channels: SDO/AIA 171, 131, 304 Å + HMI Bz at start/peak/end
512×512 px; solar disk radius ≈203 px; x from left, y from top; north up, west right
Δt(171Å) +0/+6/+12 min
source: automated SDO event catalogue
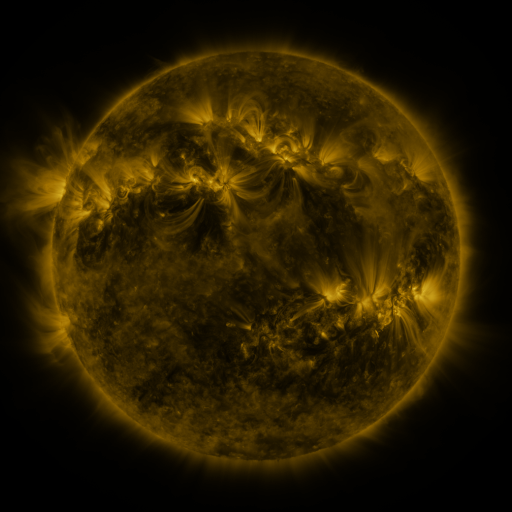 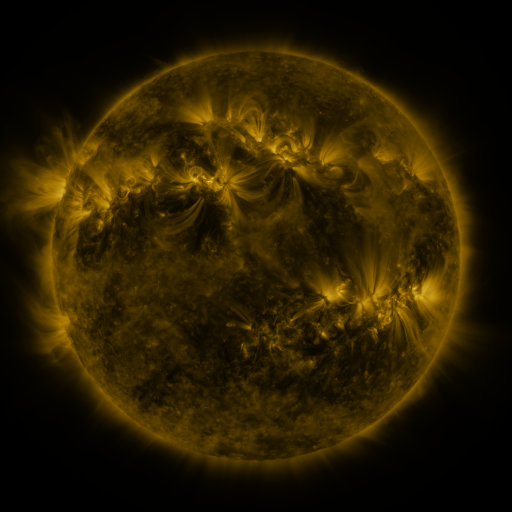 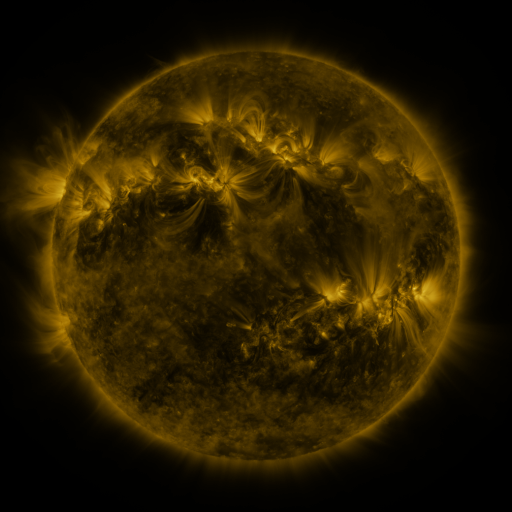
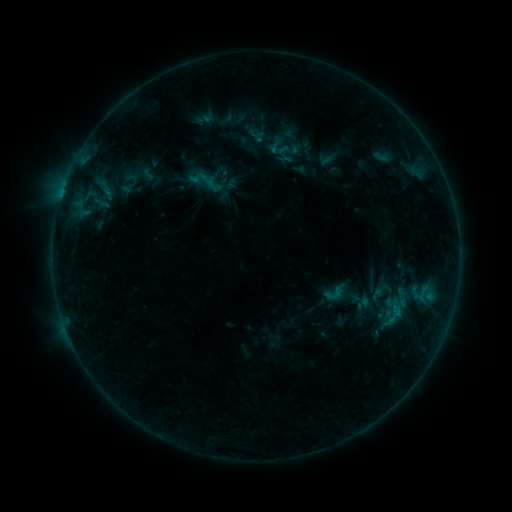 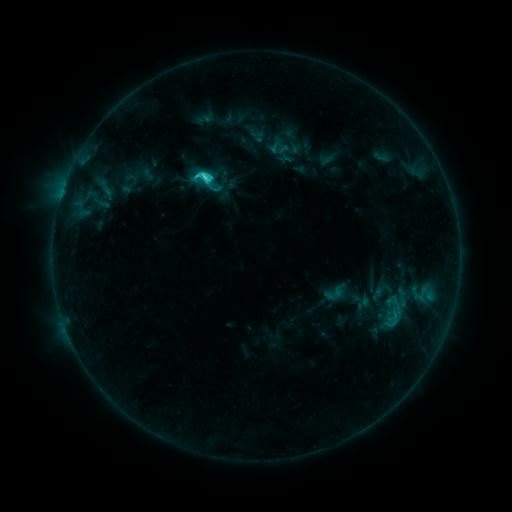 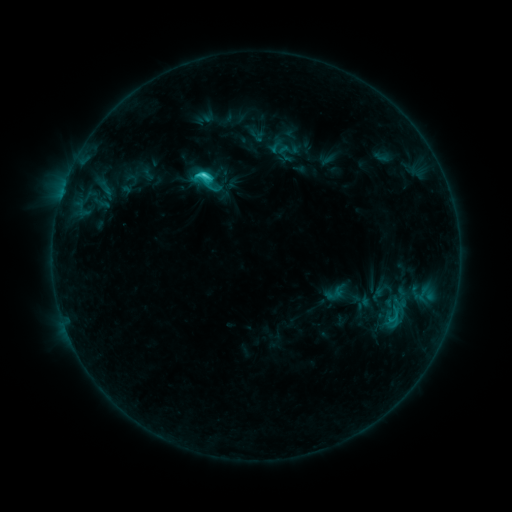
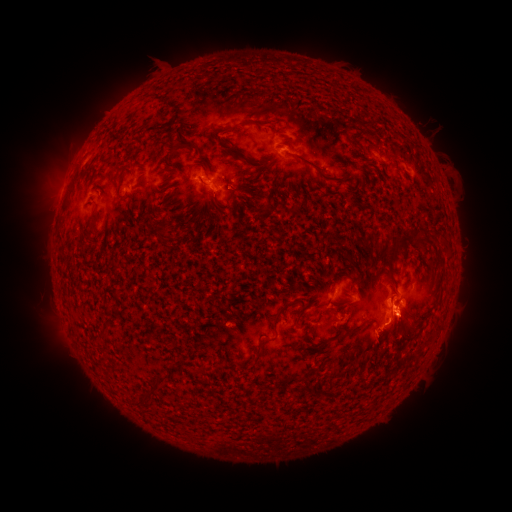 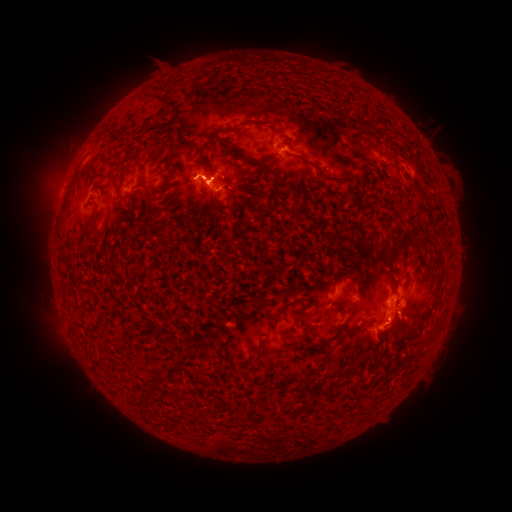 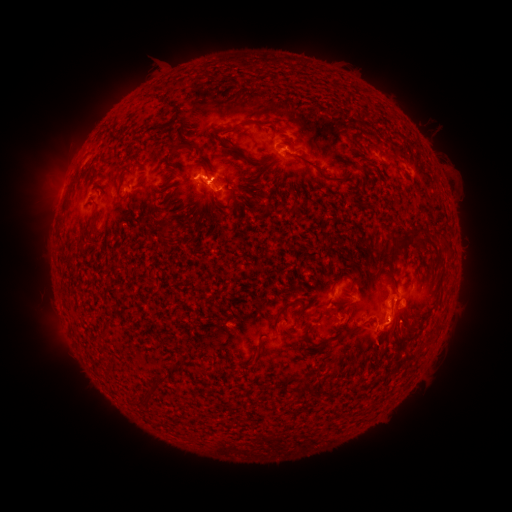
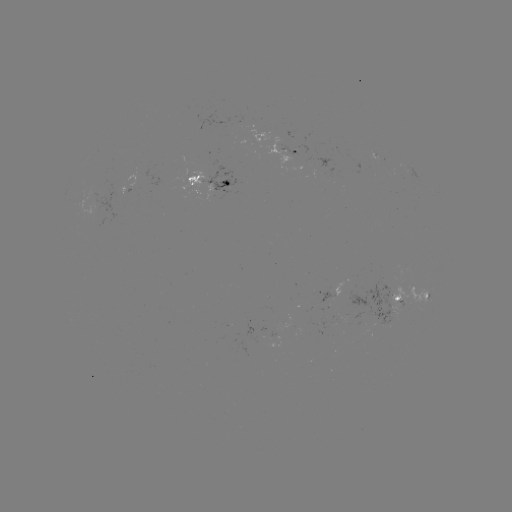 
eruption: [20, 73, 146, 228]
